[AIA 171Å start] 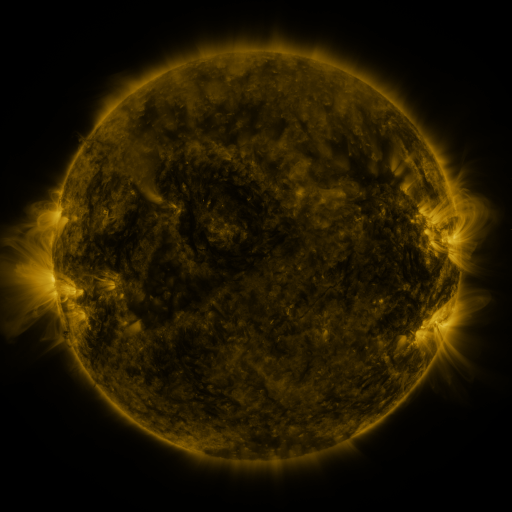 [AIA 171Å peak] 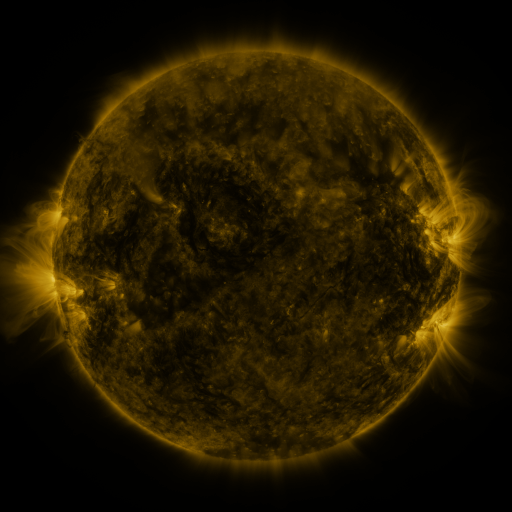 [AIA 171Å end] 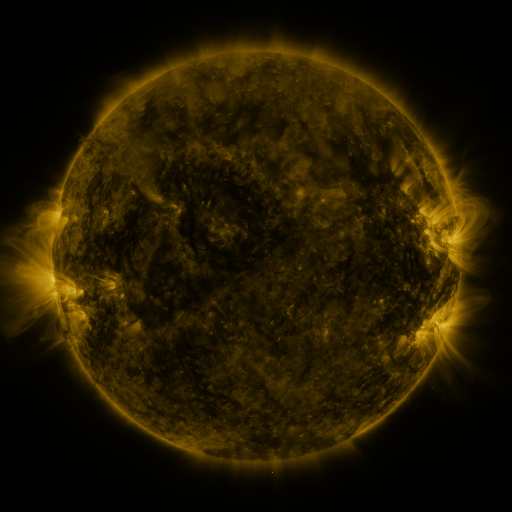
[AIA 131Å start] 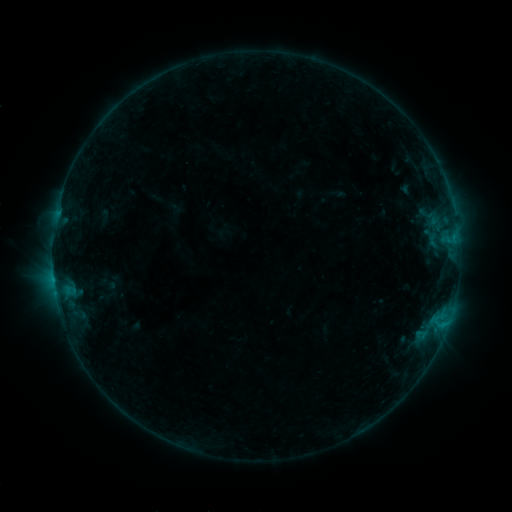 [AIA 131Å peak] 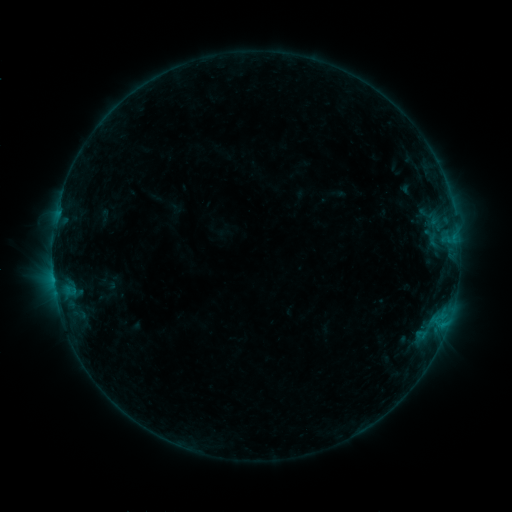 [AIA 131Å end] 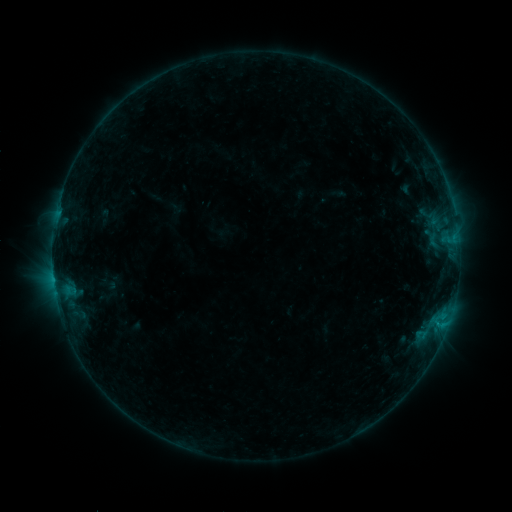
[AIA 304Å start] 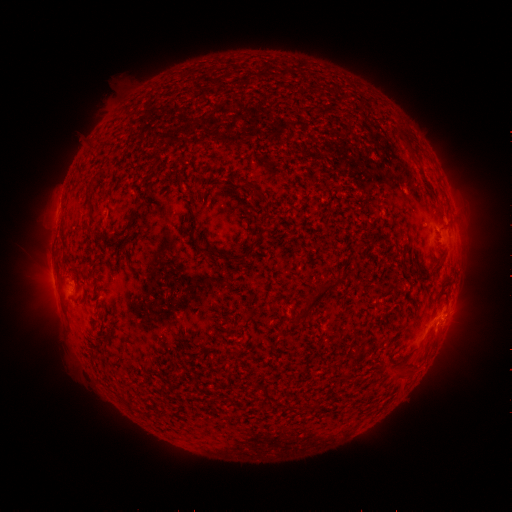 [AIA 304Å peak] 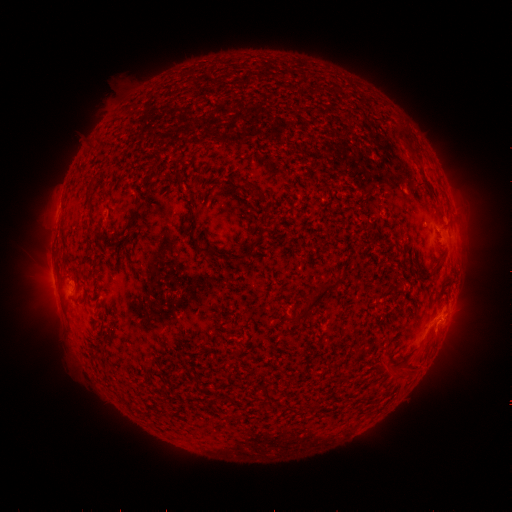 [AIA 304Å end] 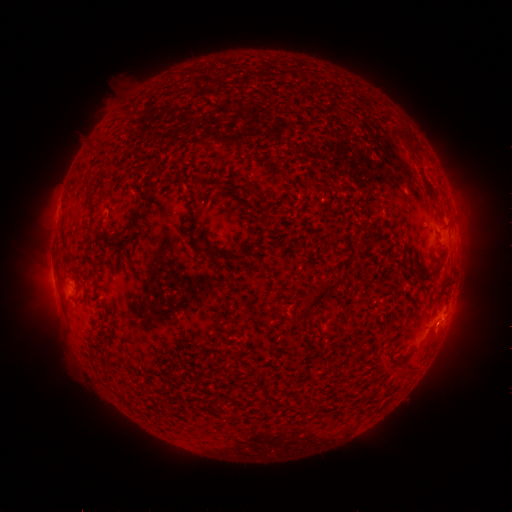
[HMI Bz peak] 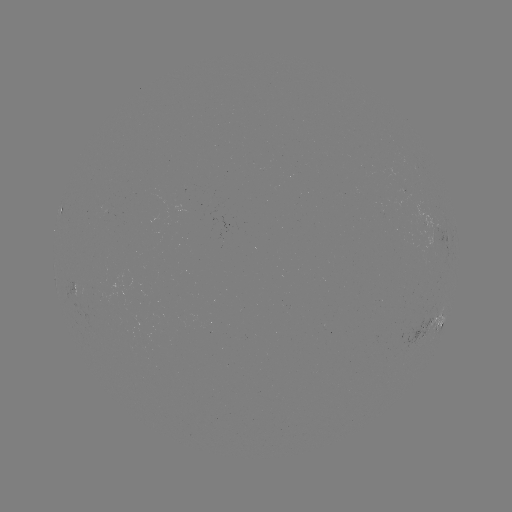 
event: flare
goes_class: B5.5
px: (437, 322)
